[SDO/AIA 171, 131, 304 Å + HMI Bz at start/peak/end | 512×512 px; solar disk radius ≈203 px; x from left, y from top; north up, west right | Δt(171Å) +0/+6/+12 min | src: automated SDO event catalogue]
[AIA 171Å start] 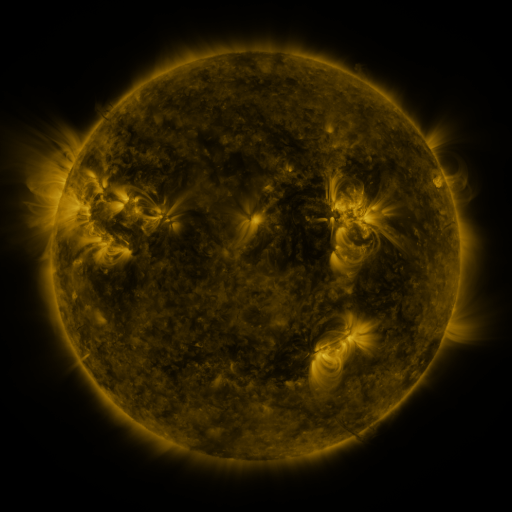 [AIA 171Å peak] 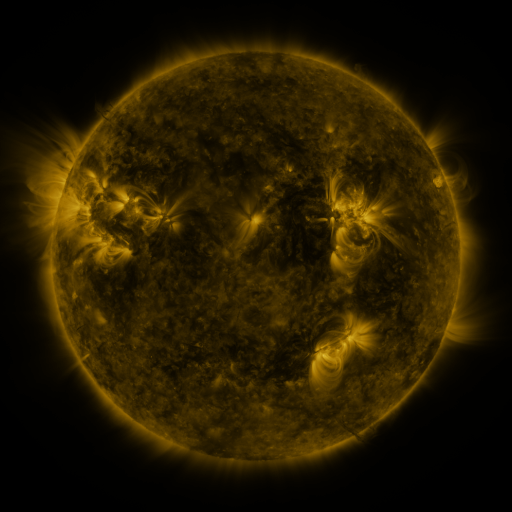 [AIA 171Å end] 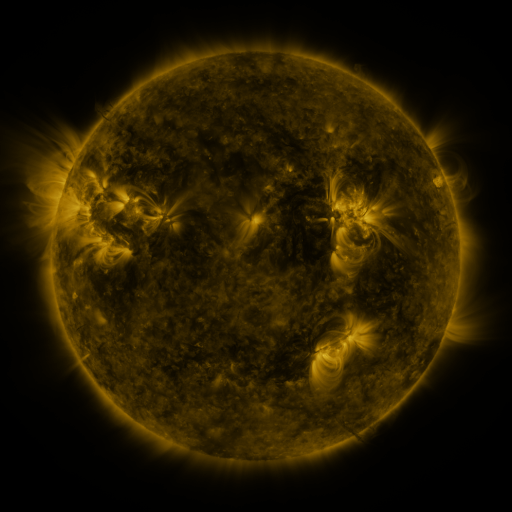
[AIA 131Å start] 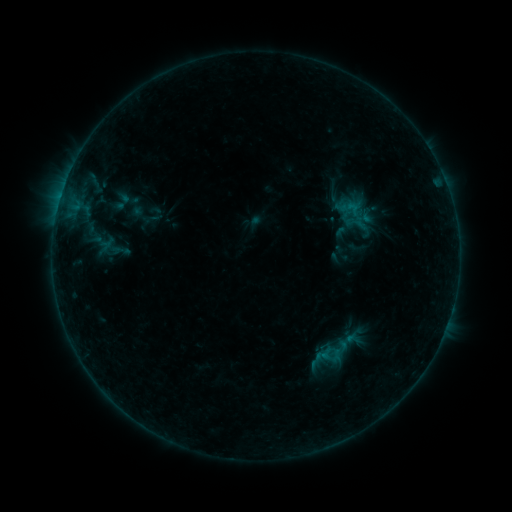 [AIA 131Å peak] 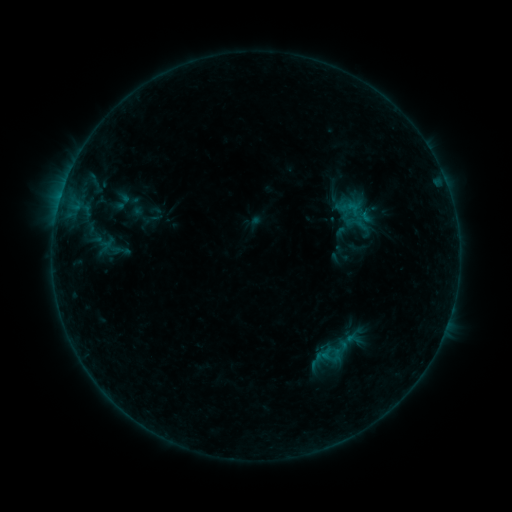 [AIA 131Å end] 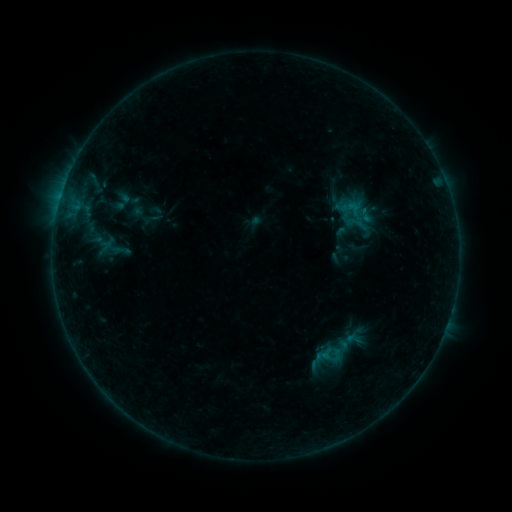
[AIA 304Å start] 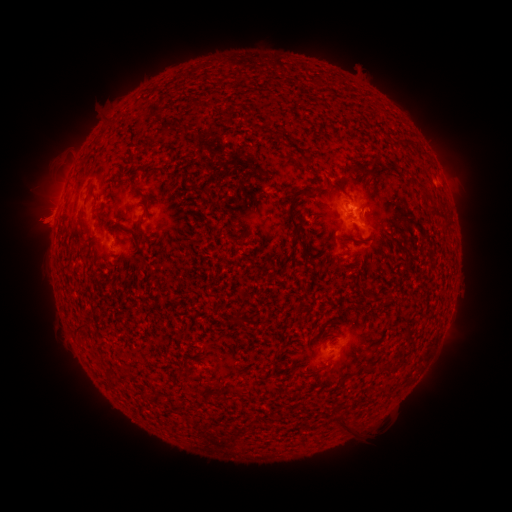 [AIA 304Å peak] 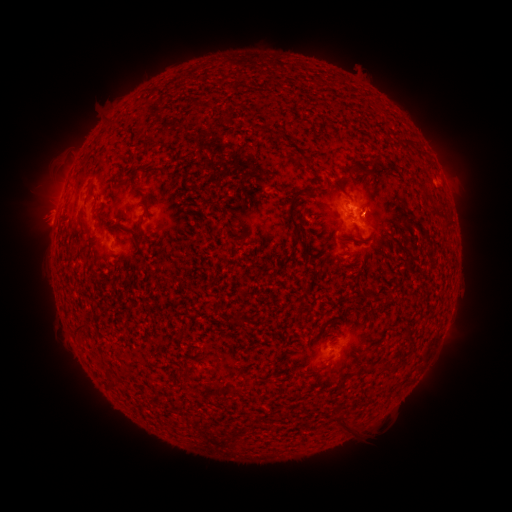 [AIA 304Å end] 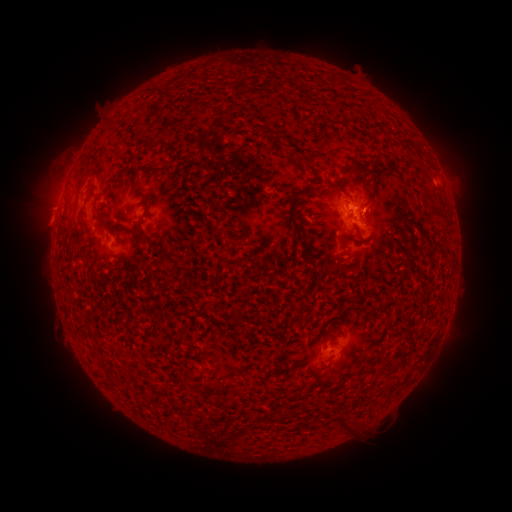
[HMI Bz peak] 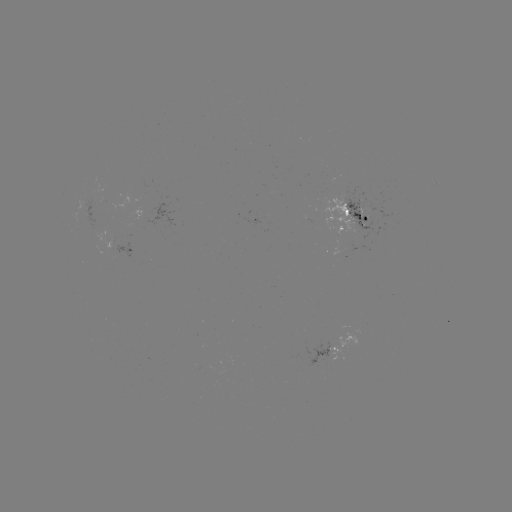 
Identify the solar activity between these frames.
eruption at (376, 204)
